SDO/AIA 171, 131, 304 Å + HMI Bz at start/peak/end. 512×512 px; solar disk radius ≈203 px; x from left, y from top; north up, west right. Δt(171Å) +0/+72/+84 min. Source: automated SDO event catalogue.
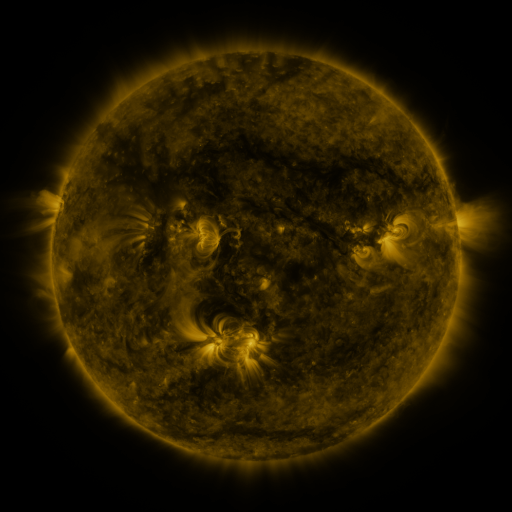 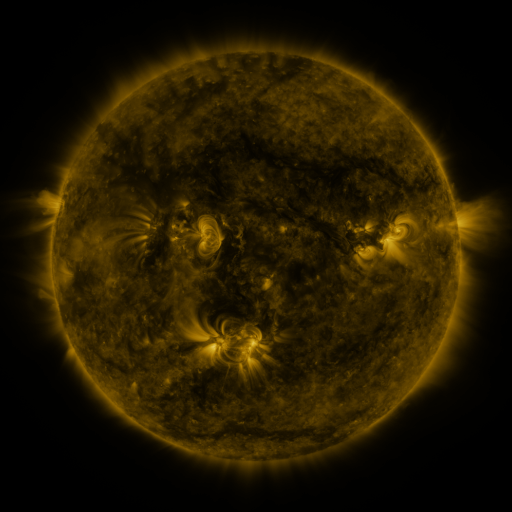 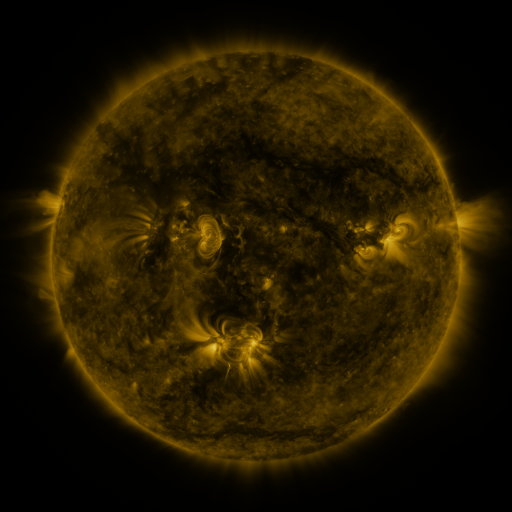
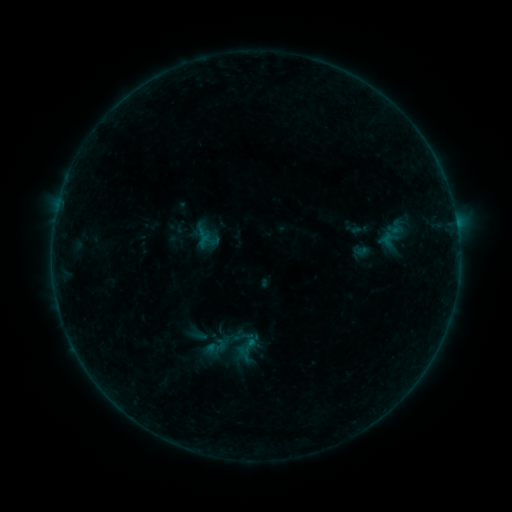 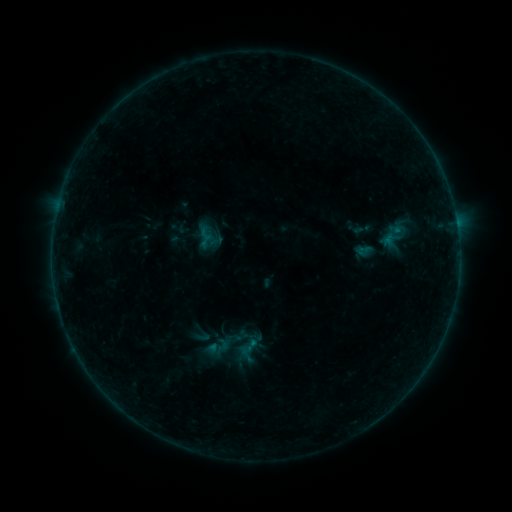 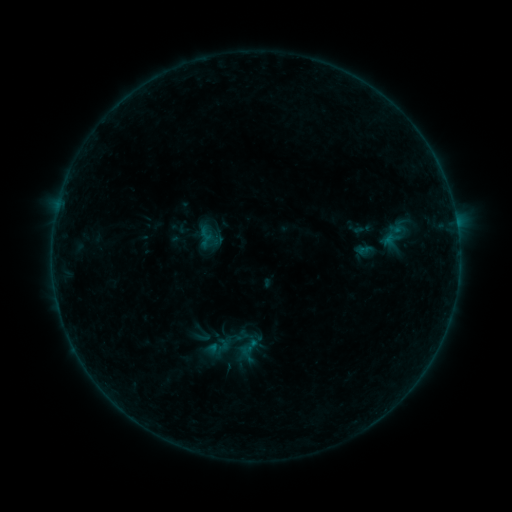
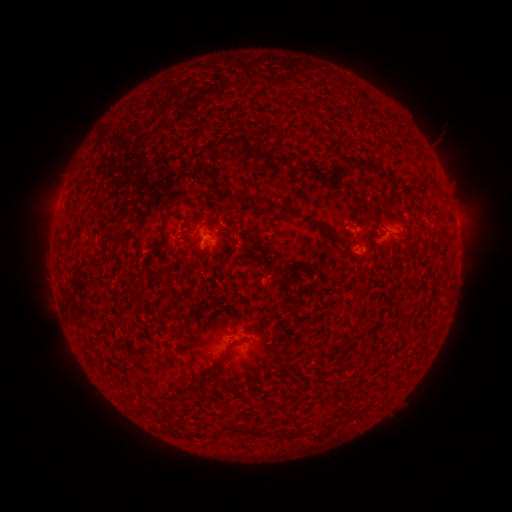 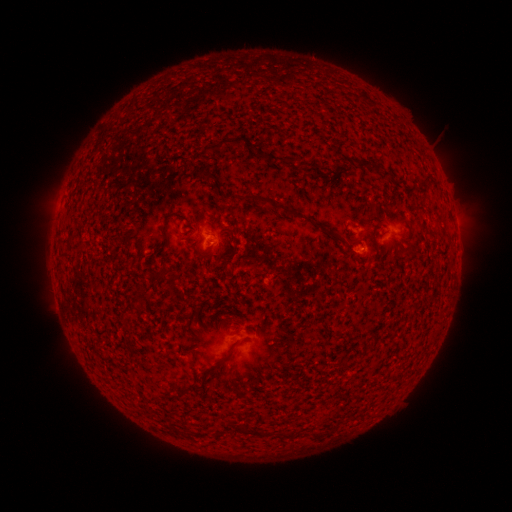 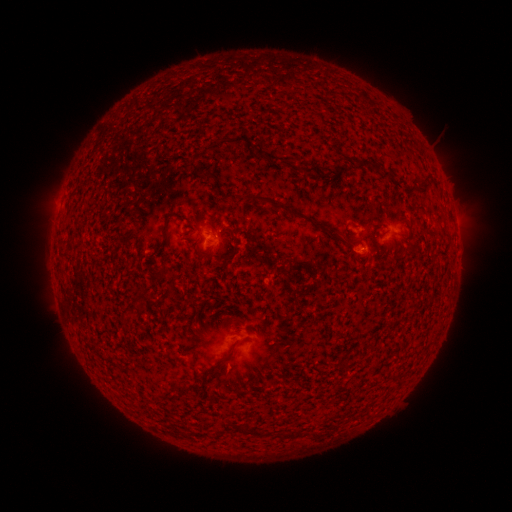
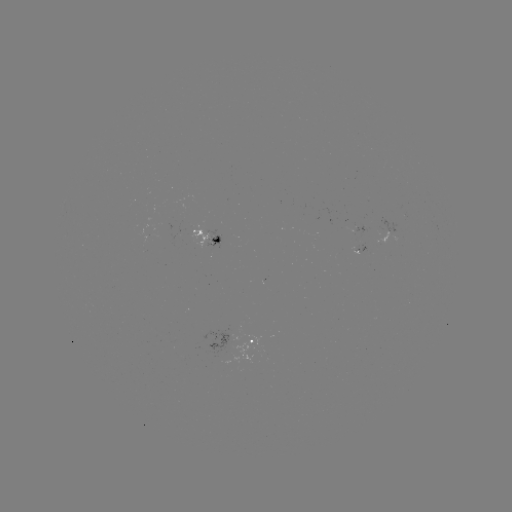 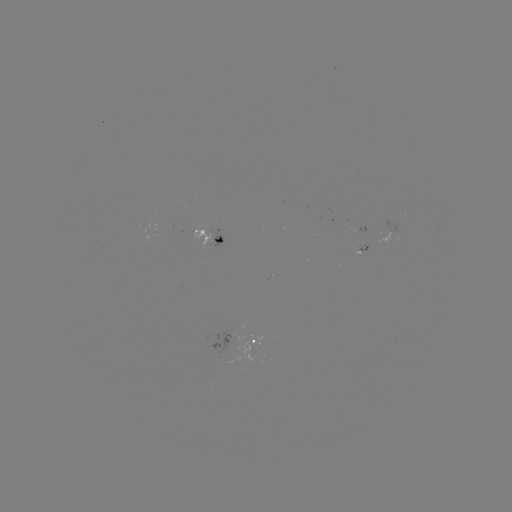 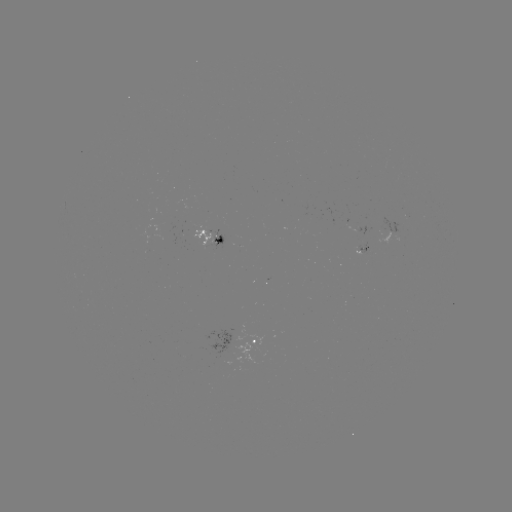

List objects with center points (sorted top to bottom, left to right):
emerging-flux region: (217, 238)
